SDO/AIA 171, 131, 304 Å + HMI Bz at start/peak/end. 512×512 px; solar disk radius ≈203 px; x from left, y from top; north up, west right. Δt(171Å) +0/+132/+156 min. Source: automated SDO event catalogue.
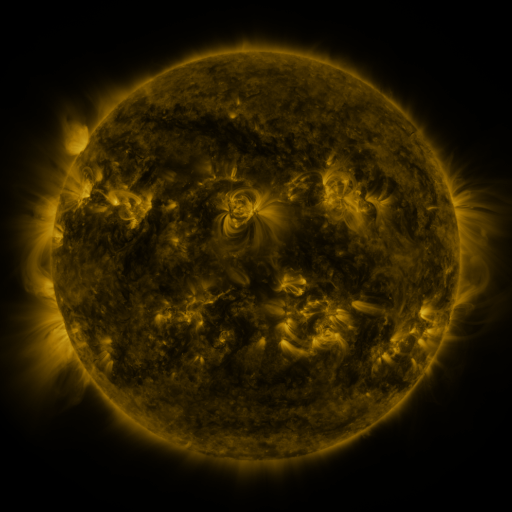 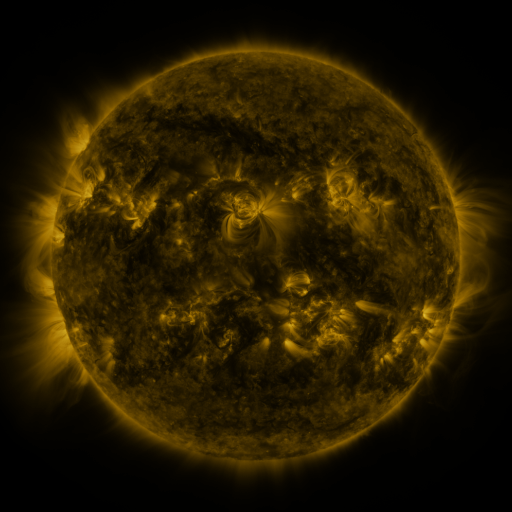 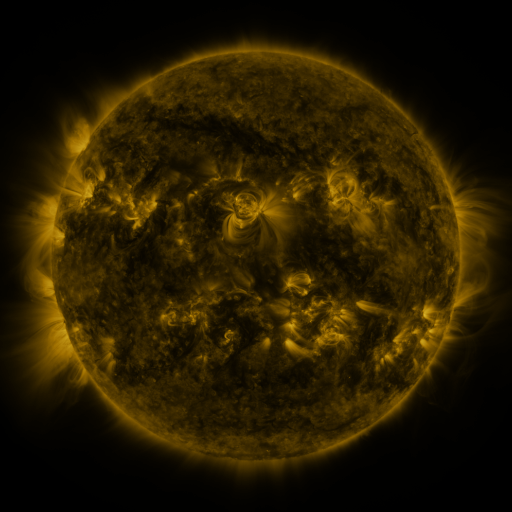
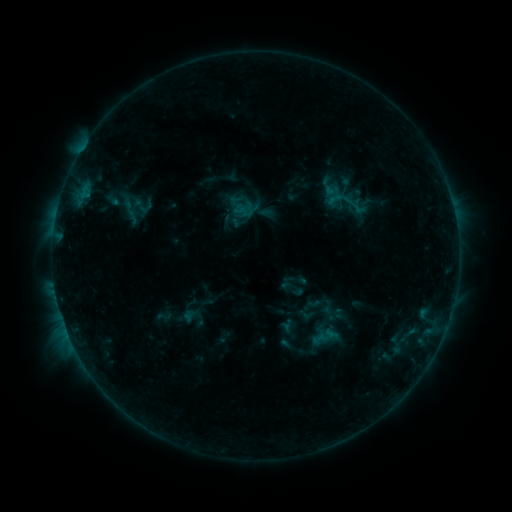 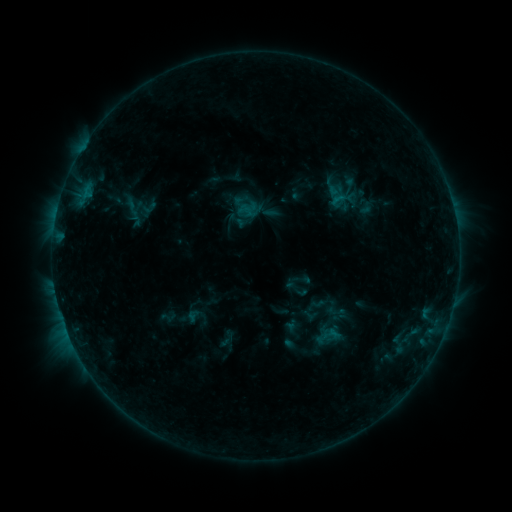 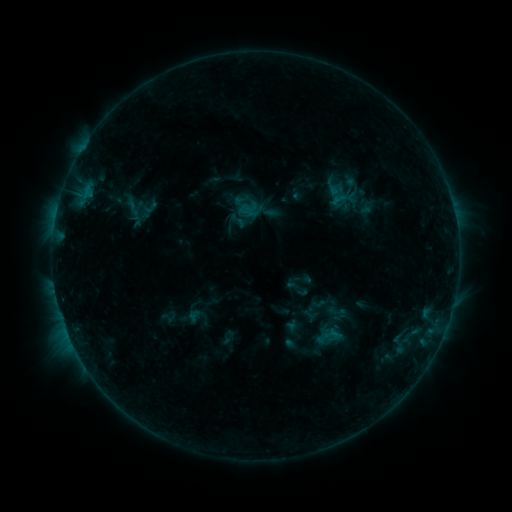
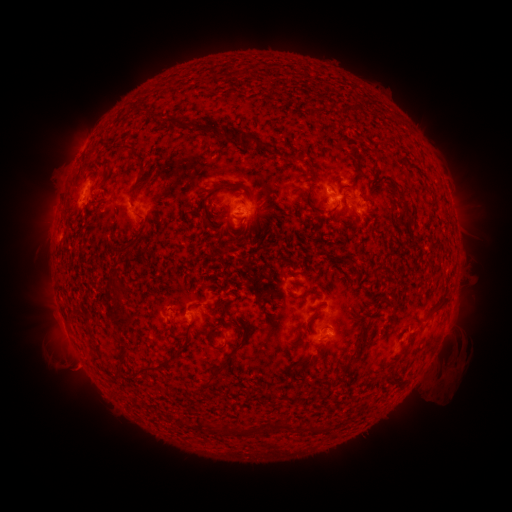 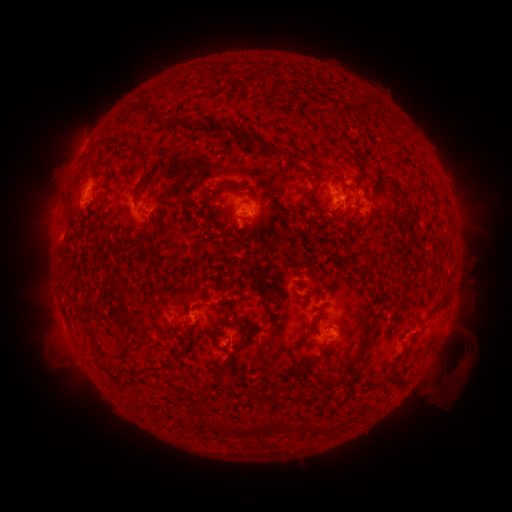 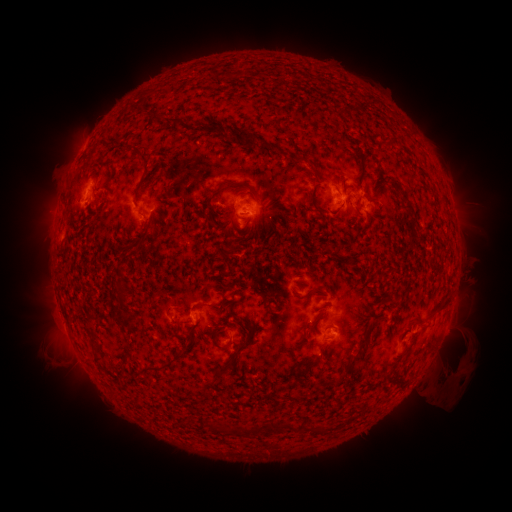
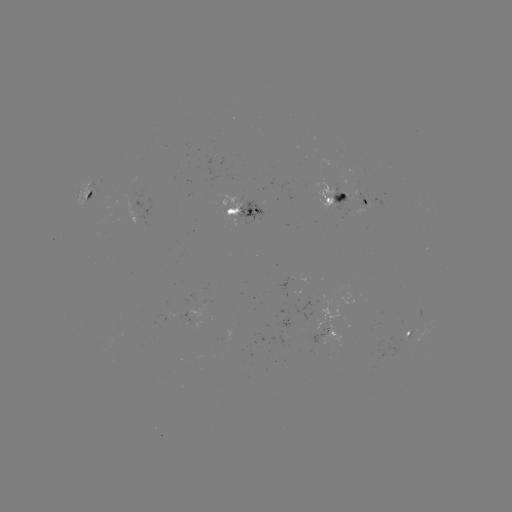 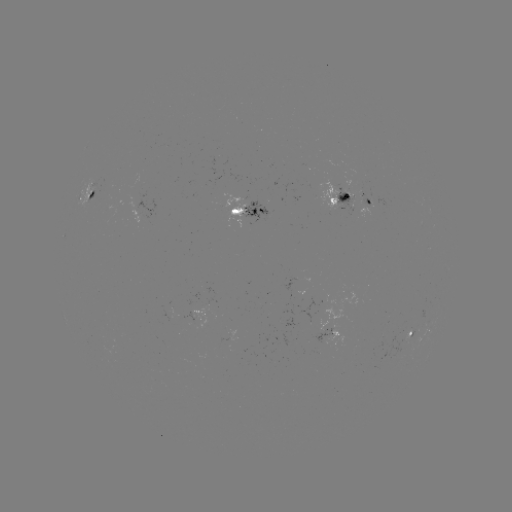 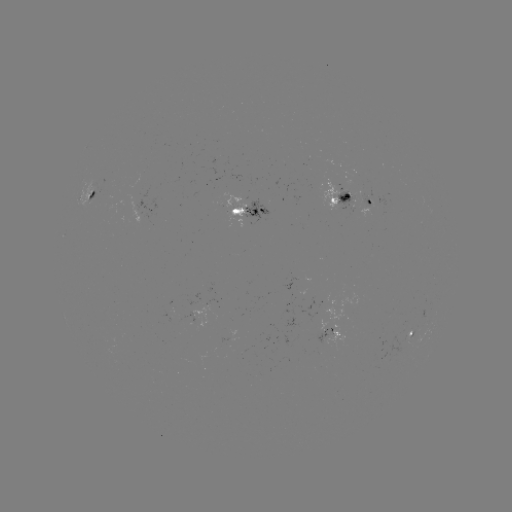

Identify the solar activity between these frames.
emerging-flux region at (334, 190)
